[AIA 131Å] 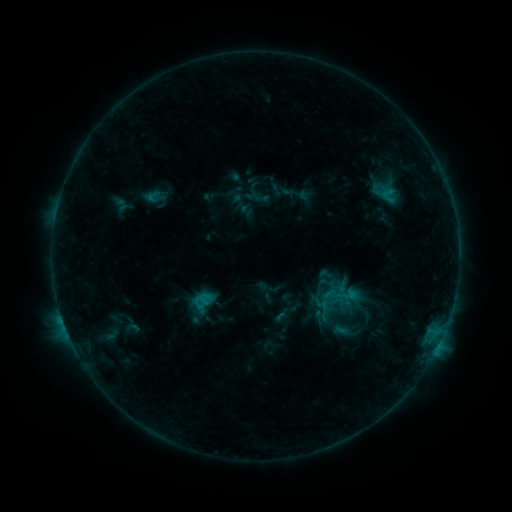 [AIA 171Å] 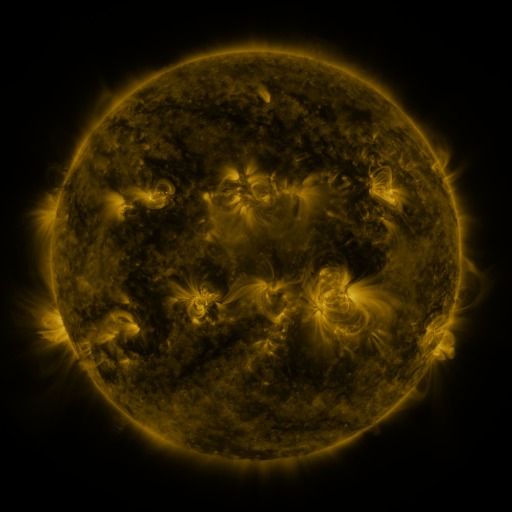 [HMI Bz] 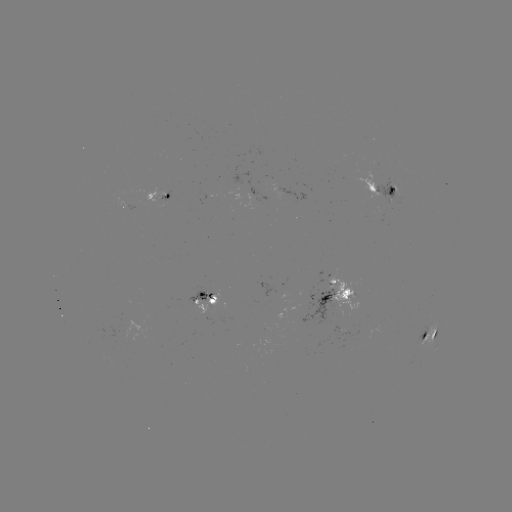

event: sigmoid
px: (337, 312)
